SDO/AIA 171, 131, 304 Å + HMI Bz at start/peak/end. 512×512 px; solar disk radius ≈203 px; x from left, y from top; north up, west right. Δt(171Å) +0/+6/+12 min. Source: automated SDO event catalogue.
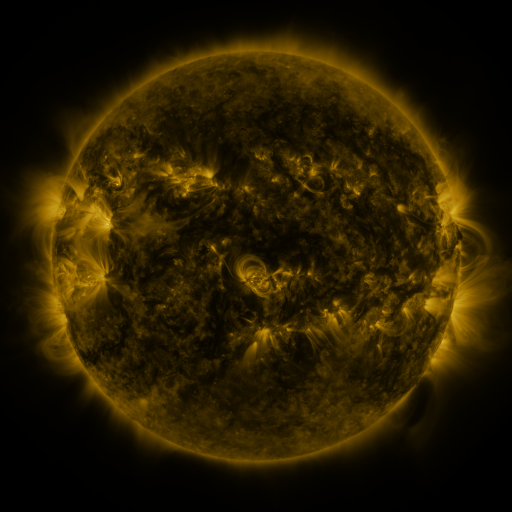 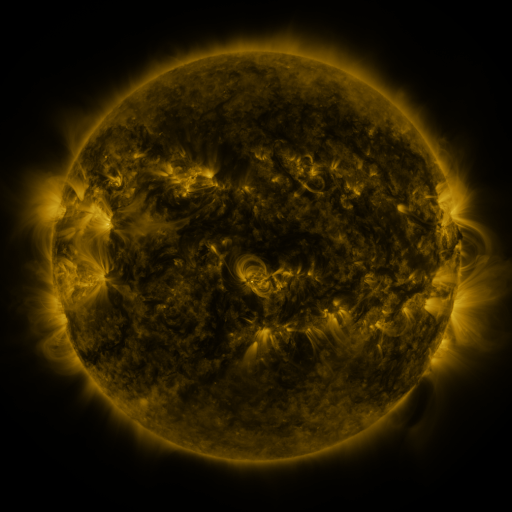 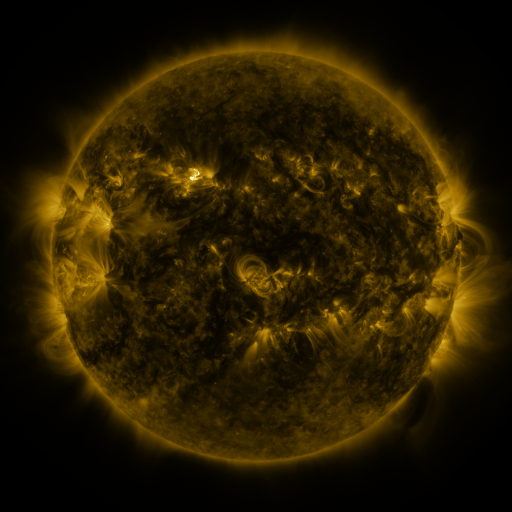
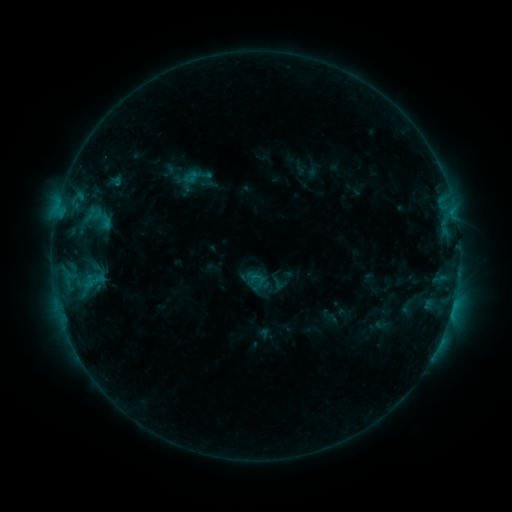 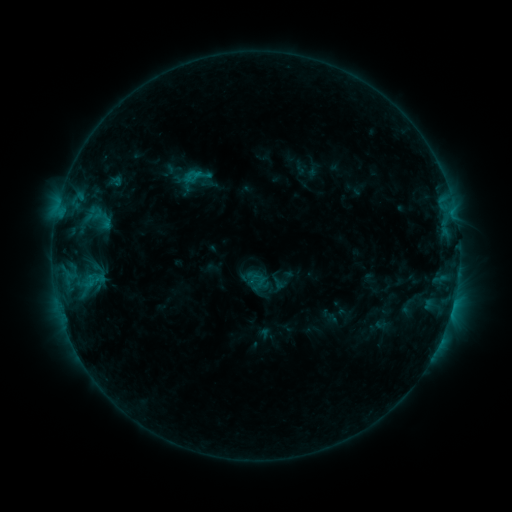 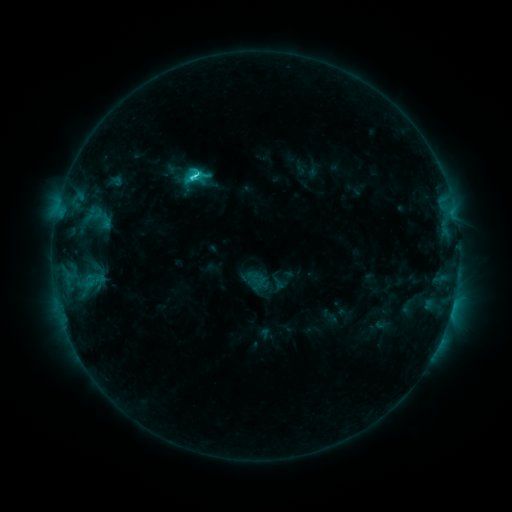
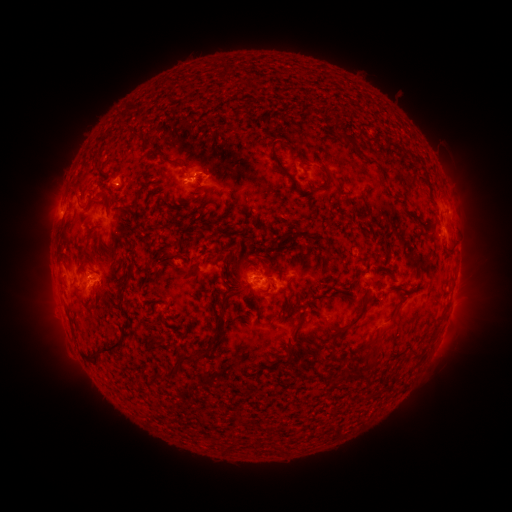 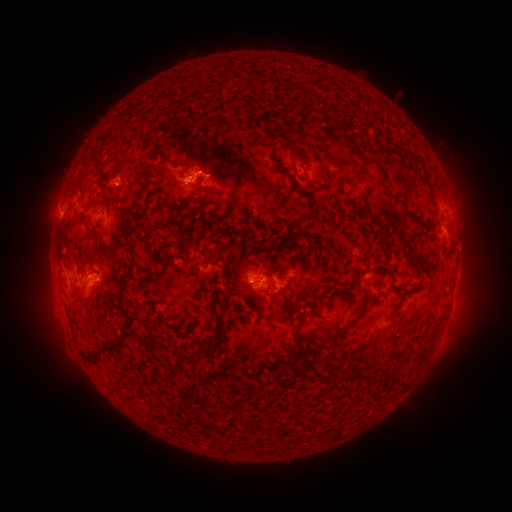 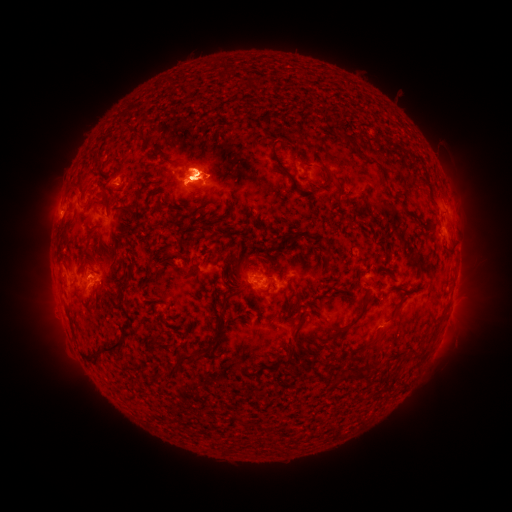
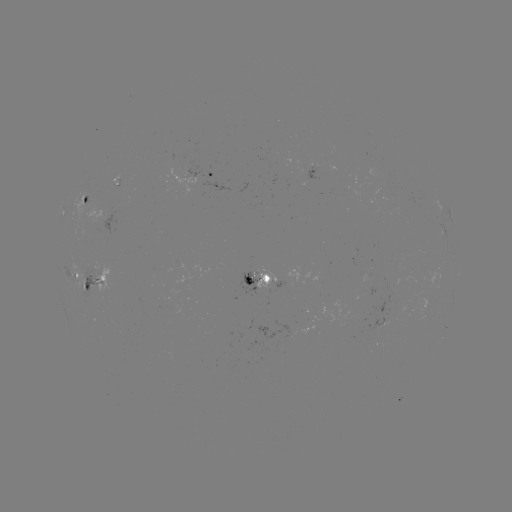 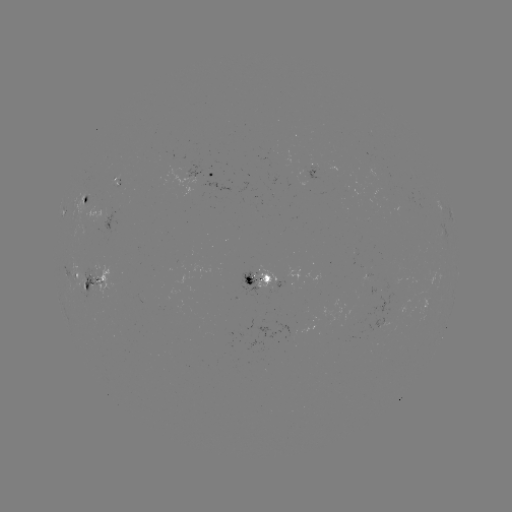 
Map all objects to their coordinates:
eruption: (200, 170)
